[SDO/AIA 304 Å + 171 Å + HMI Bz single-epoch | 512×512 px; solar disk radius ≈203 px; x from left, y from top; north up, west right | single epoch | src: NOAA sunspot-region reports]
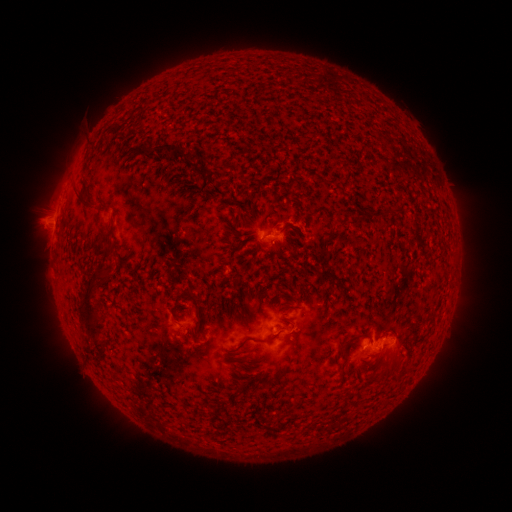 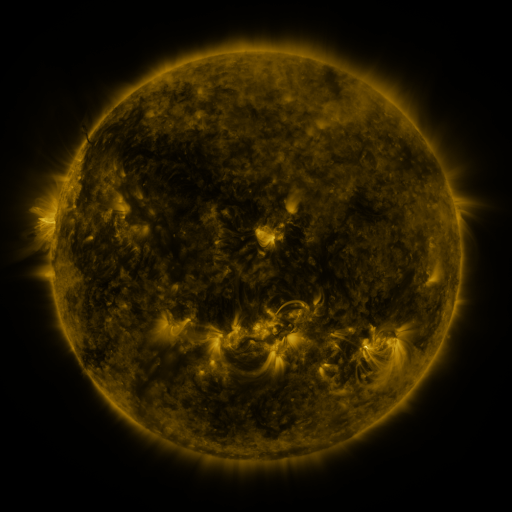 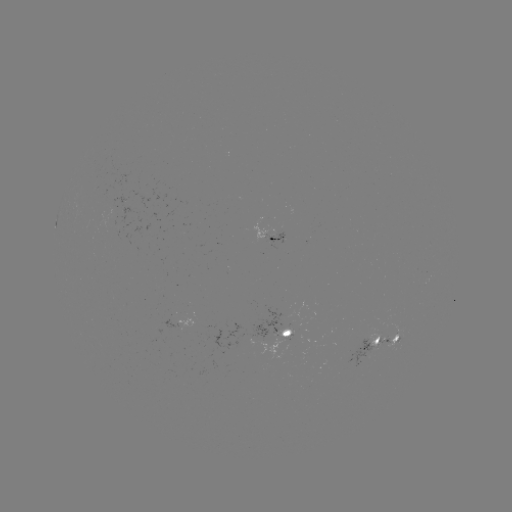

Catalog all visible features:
spotted active region: (269, 235)
spotted active region: (280, 329)
spotted active region: (382, 339)
